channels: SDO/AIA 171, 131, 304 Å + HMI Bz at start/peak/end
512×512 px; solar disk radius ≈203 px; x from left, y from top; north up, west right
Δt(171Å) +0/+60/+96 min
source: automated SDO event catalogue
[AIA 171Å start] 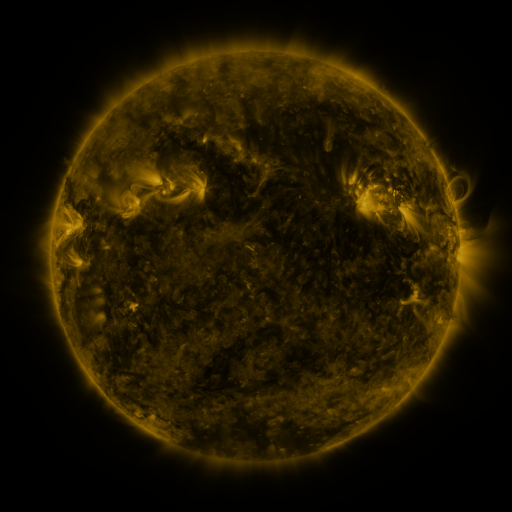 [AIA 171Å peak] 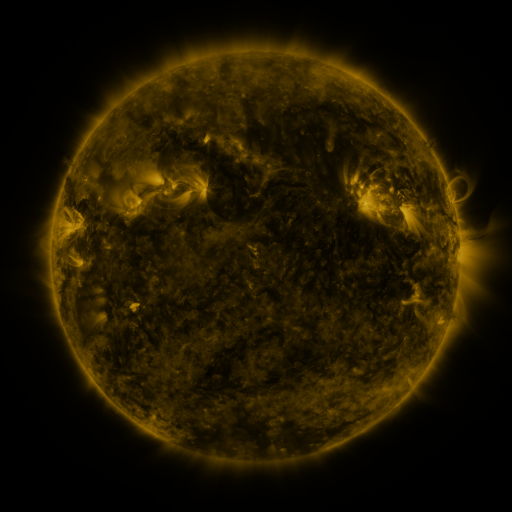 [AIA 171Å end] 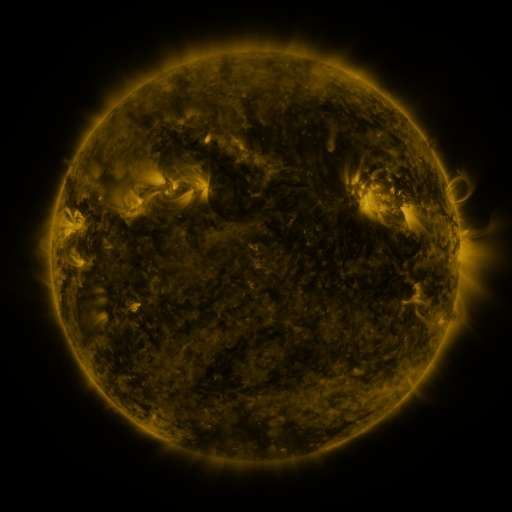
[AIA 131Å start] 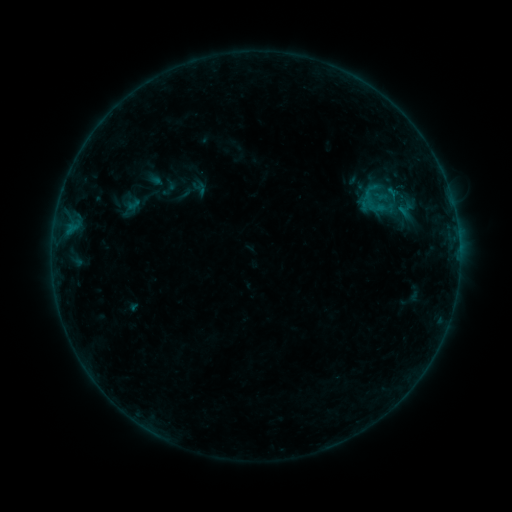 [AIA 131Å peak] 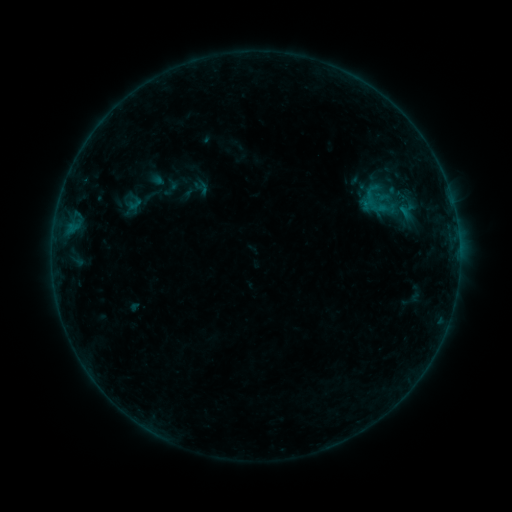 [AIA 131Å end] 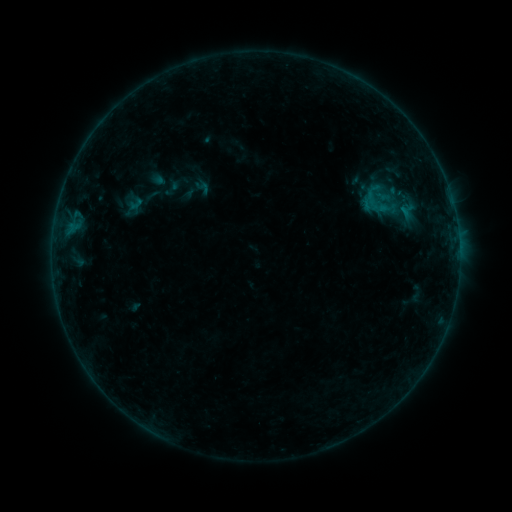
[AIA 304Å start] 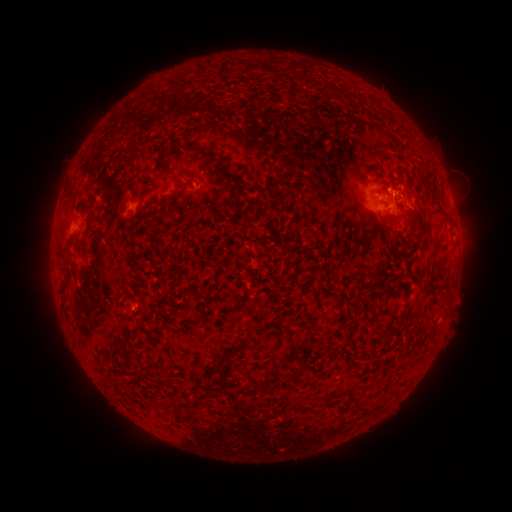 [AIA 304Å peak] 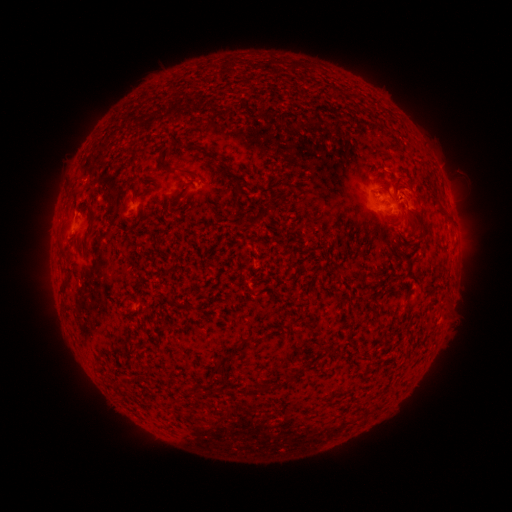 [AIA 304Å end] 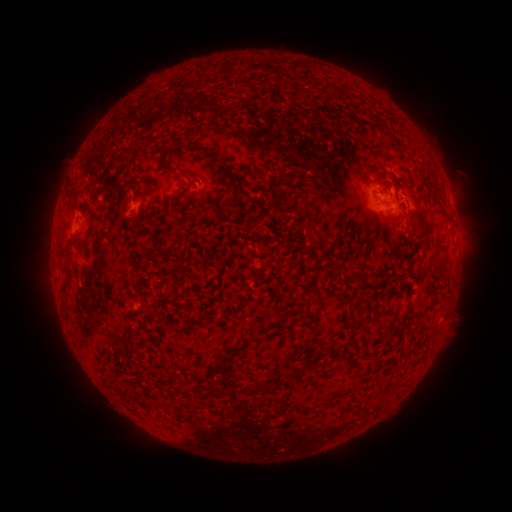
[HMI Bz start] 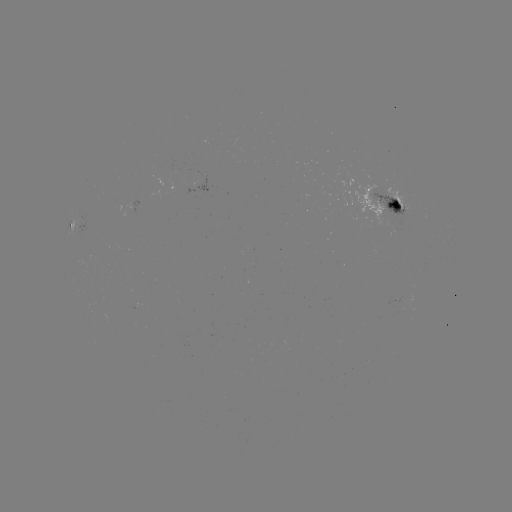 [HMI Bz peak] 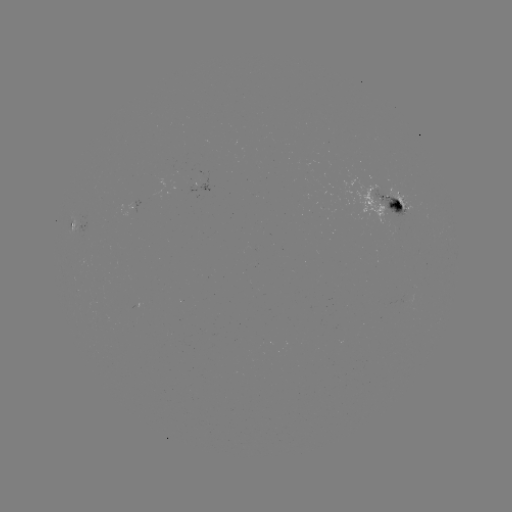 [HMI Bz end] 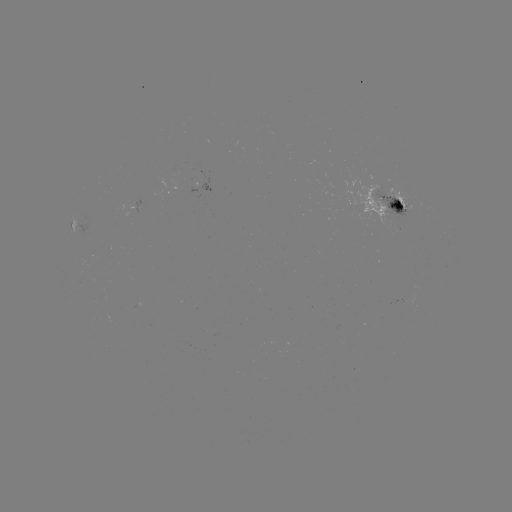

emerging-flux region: <bbox>337, 165, 396, 229</bbox>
